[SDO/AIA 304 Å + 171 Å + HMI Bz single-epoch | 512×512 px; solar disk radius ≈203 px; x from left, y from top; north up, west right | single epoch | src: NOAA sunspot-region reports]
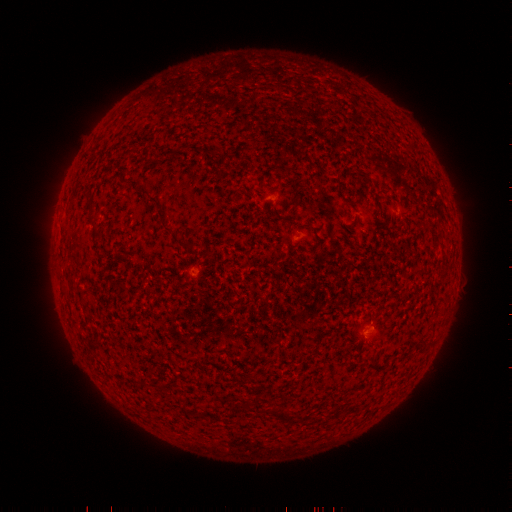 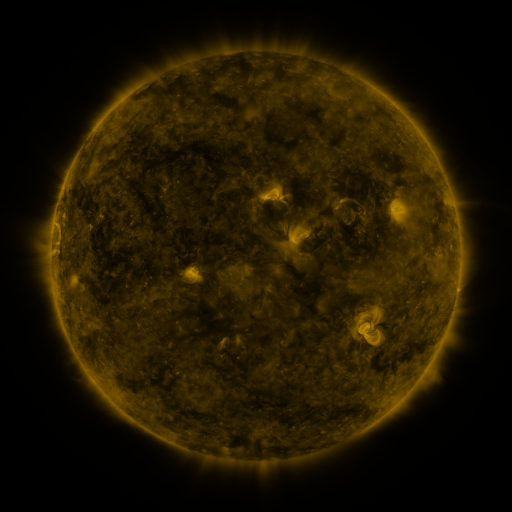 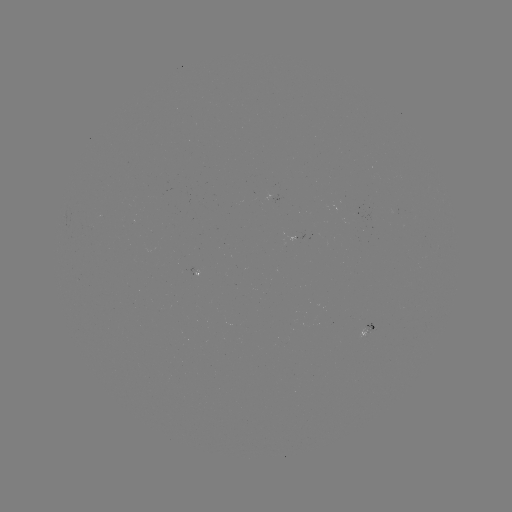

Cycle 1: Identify spotted active region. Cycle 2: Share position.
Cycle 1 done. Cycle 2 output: (368, 331).